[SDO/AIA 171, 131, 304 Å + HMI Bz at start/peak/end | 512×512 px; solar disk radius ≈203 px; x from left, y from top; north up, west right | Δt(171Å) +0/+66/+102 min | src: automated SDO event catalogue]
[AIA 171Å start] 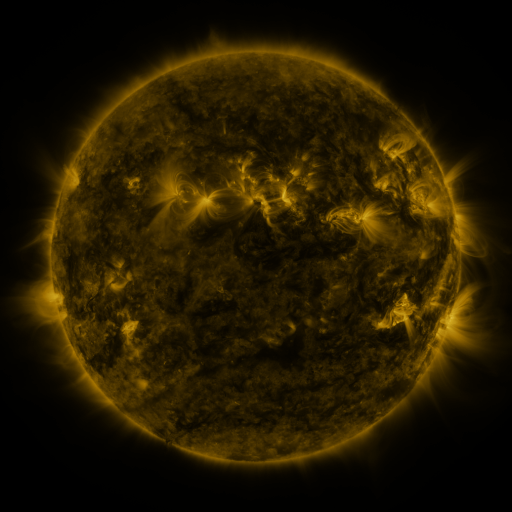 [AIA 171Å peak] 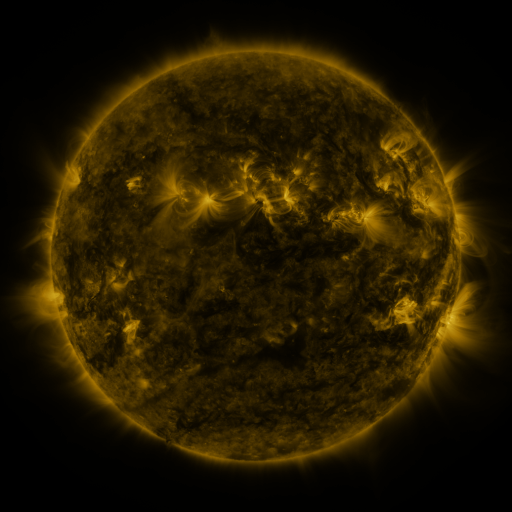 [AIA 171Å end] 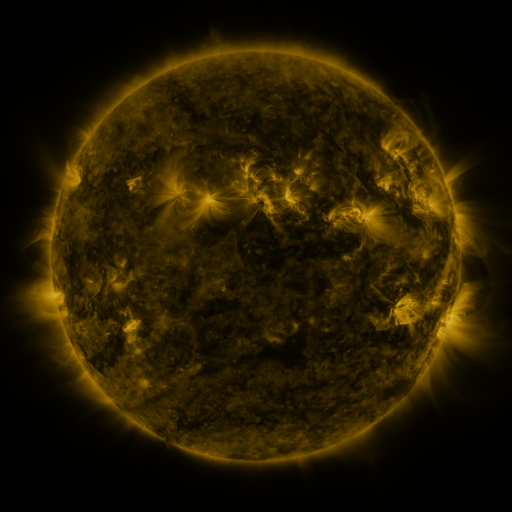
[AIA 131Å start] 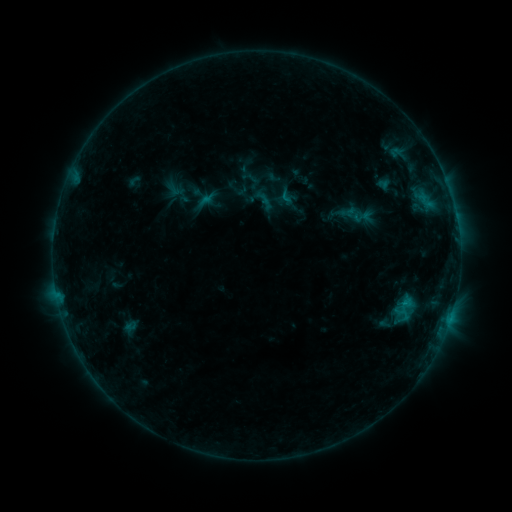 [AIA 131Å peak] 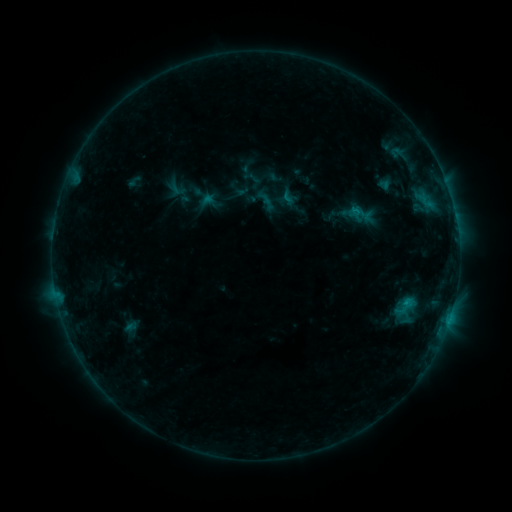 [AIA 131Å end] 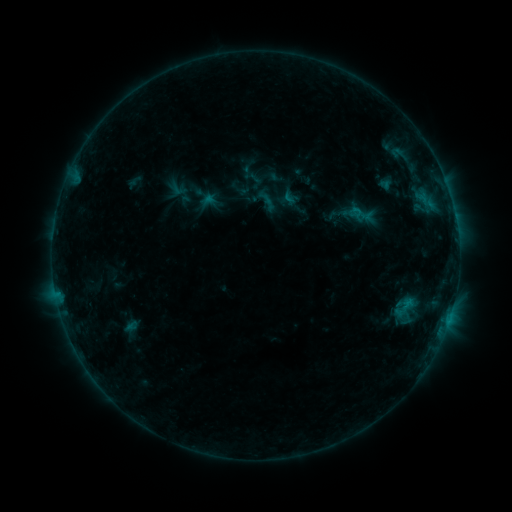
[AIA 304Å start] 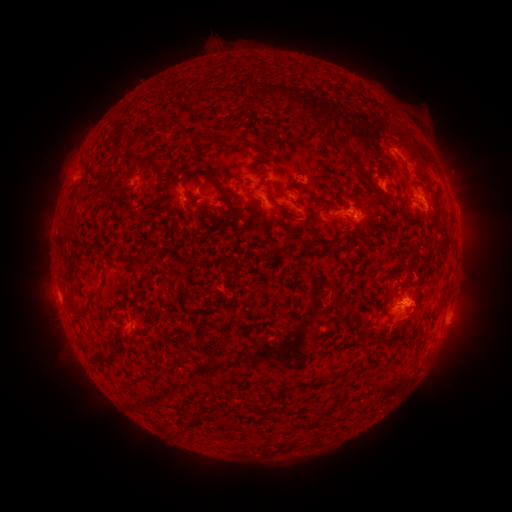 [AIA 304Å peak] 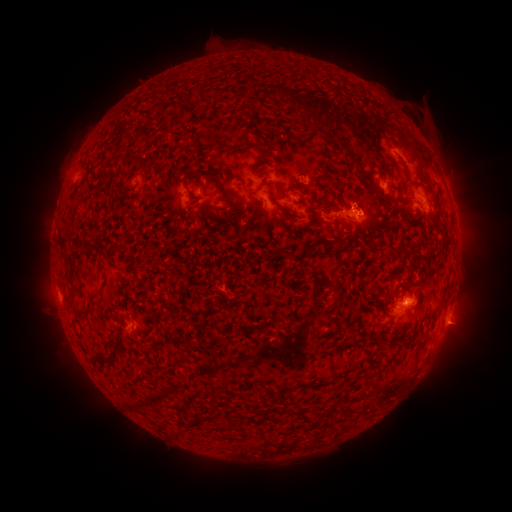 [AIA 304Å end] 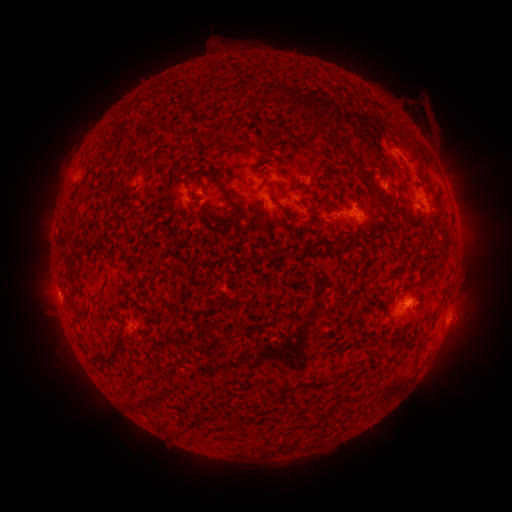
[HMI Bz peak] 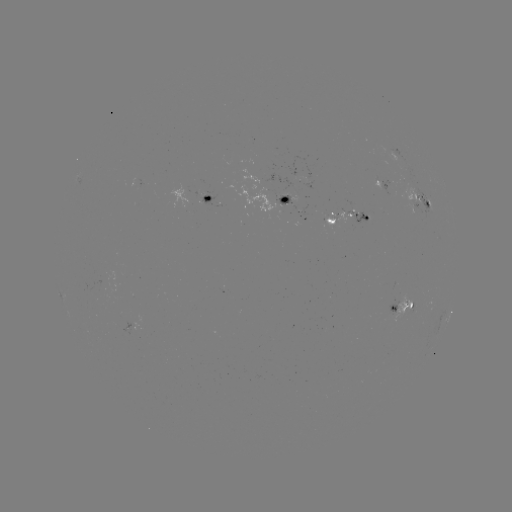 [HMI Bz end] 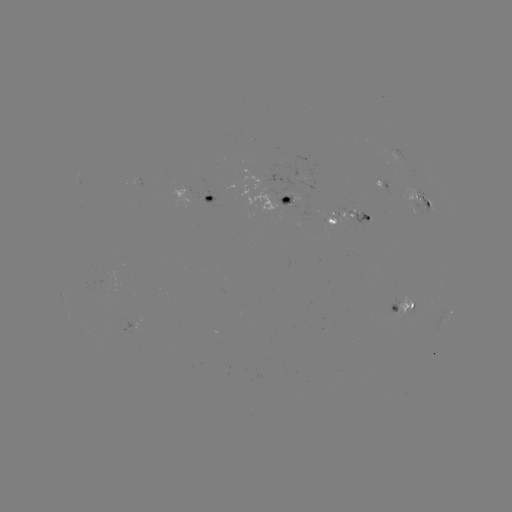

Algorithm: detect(emerging-flux region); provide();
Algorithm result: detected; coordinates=[334, 218]